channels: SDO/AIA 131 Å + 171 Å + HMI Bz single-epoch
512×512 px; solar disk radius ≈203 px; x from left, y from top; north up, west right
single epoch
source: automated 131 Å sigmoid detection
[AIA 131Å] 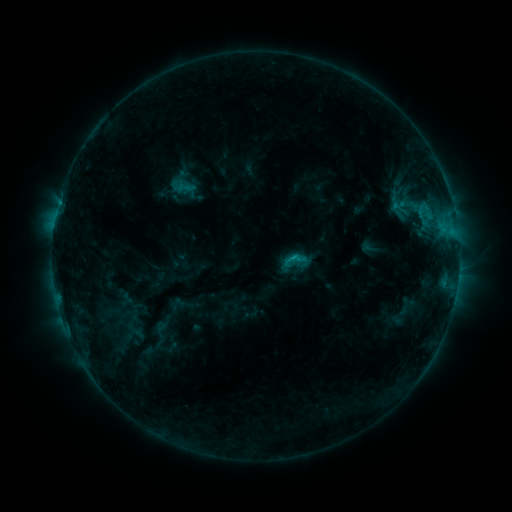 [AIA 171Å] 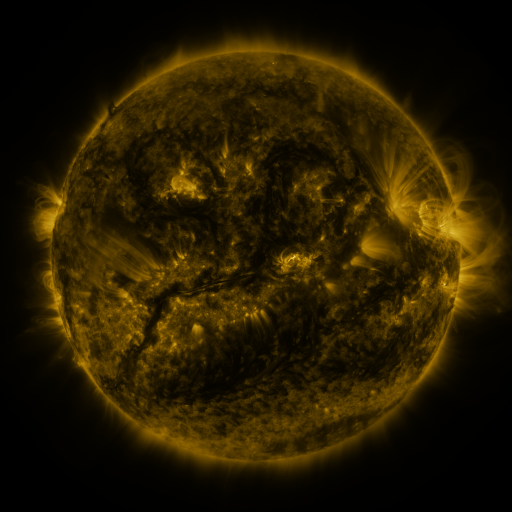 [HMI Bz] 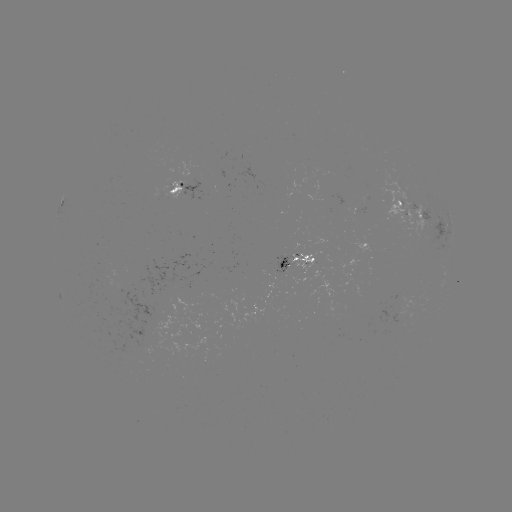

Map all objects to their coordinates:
sigmoid: (185, 188)
sigmoid: (296, 260)
